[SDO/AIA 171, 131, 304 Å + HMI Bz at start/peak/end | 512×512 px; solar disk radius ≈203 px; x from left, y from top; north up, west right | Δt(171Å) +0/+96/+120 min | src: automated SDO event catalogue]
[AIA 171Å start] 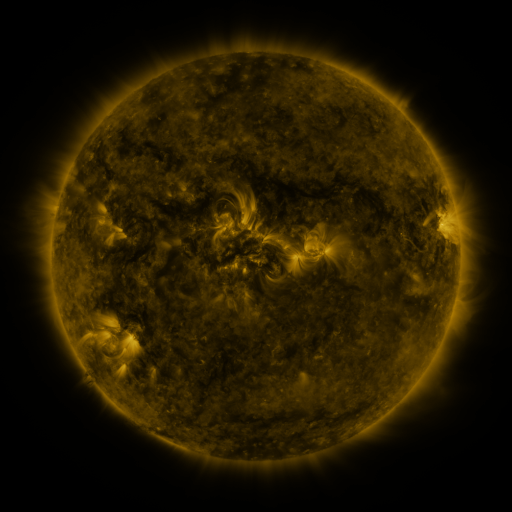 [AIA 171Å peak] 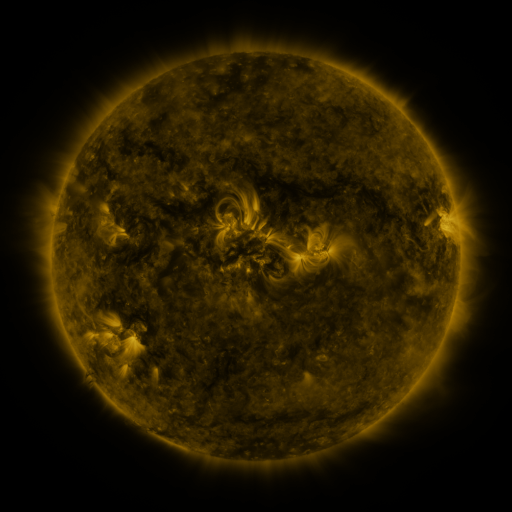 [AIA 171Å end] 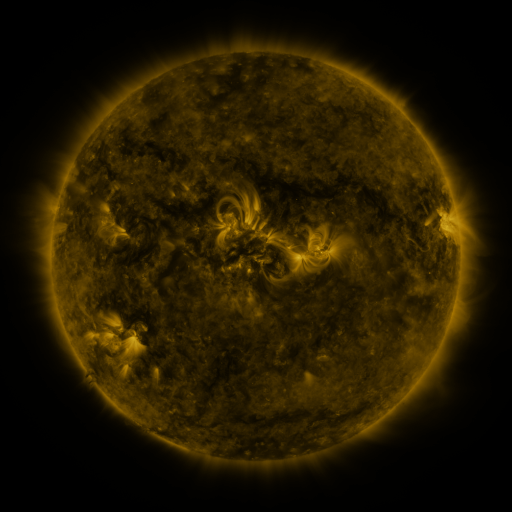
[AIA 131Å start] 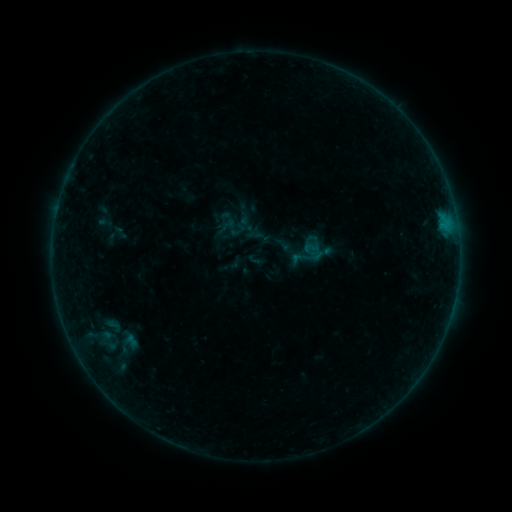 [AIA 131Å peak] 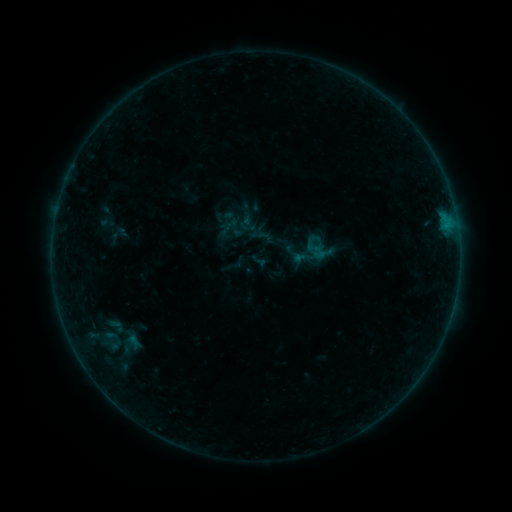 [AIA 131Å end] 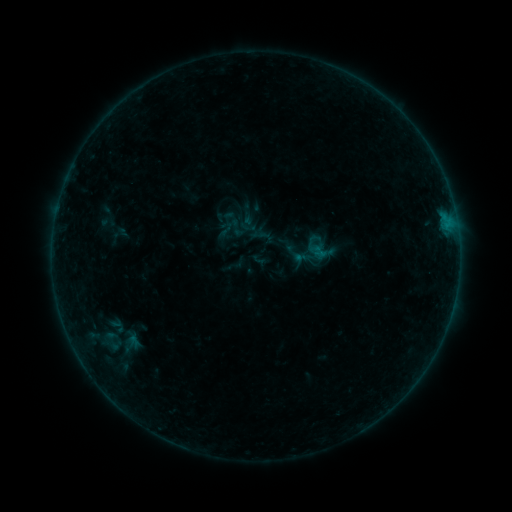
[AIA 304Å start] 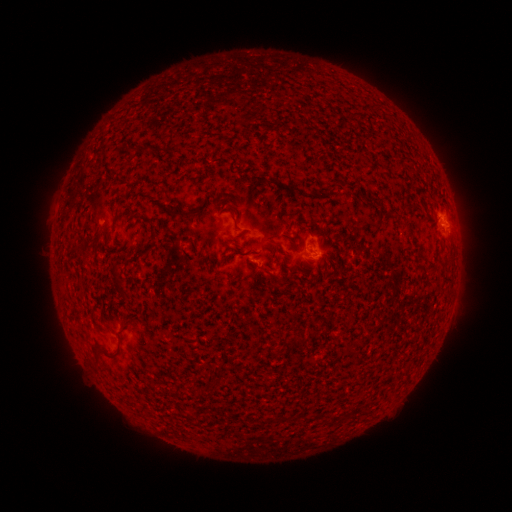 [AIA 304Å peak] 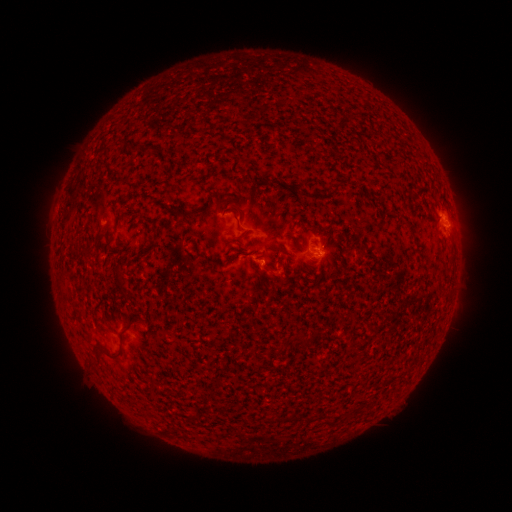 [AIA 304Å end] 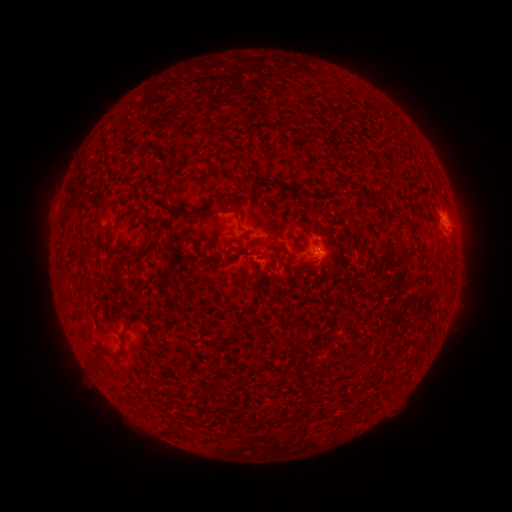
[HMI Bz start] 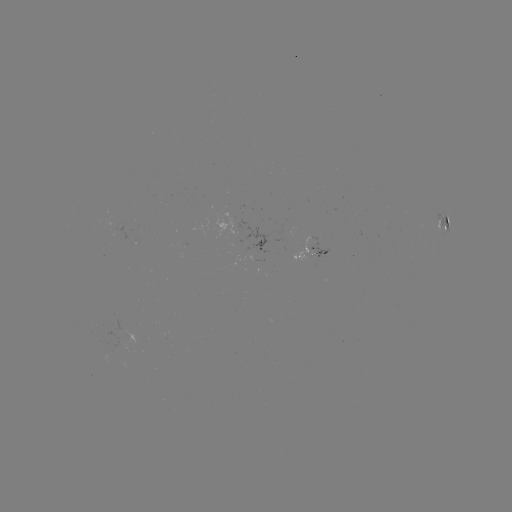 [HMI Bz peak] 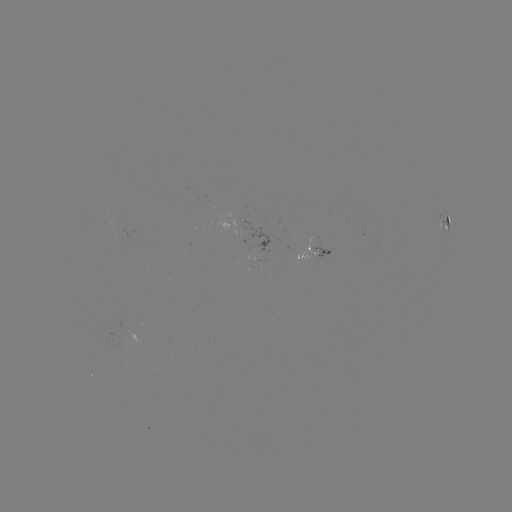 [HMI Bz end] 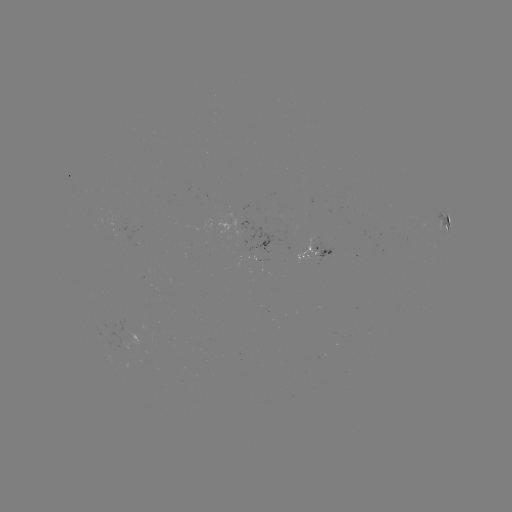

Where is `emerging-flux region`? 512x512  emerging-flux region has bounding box [295, 237, 318, 261].